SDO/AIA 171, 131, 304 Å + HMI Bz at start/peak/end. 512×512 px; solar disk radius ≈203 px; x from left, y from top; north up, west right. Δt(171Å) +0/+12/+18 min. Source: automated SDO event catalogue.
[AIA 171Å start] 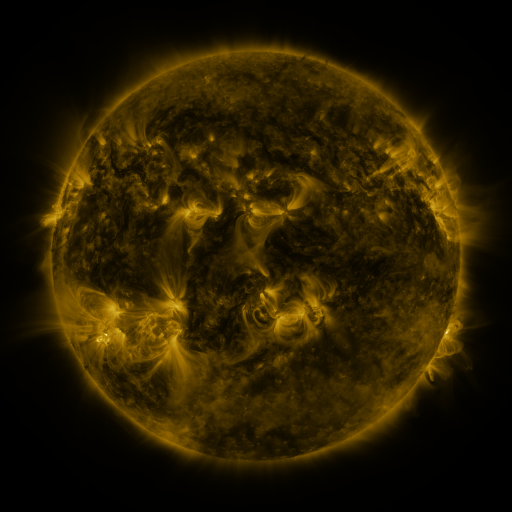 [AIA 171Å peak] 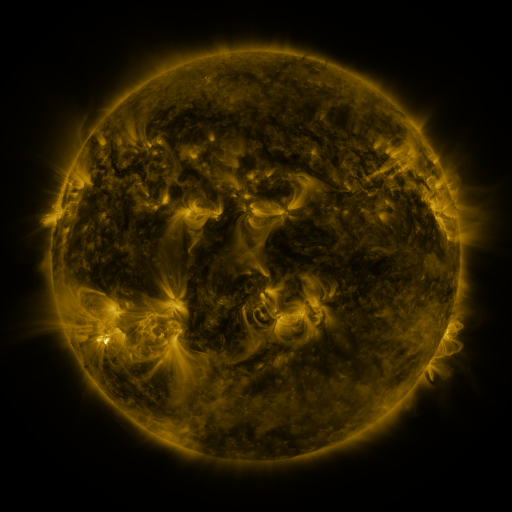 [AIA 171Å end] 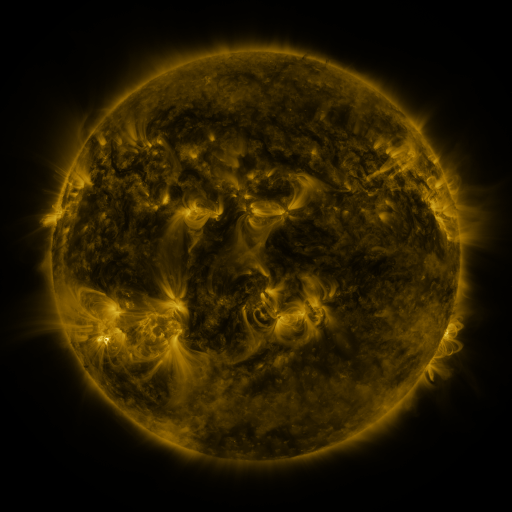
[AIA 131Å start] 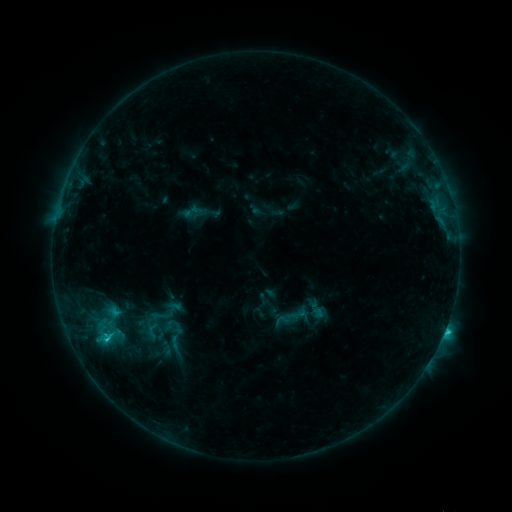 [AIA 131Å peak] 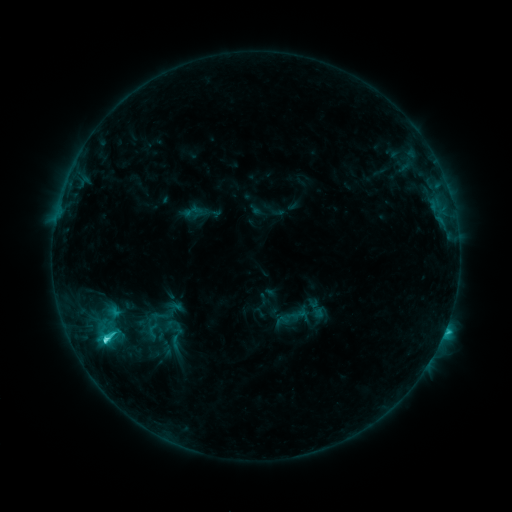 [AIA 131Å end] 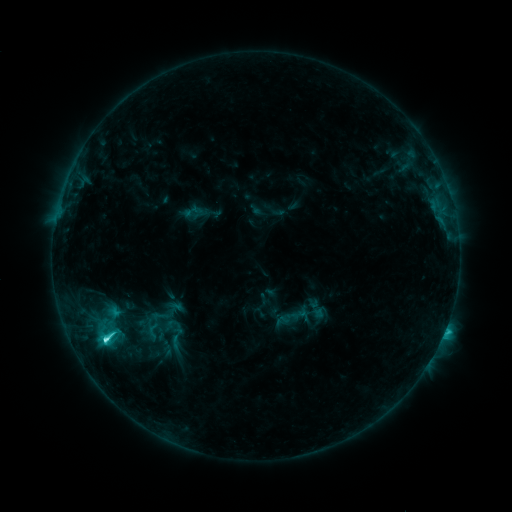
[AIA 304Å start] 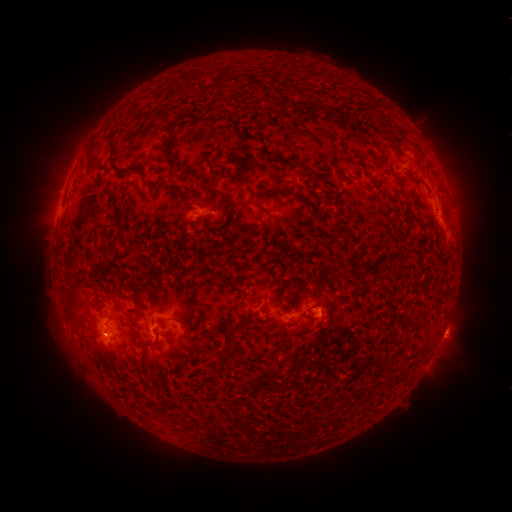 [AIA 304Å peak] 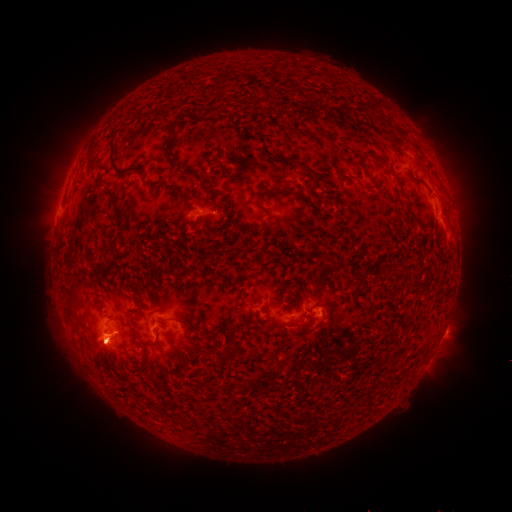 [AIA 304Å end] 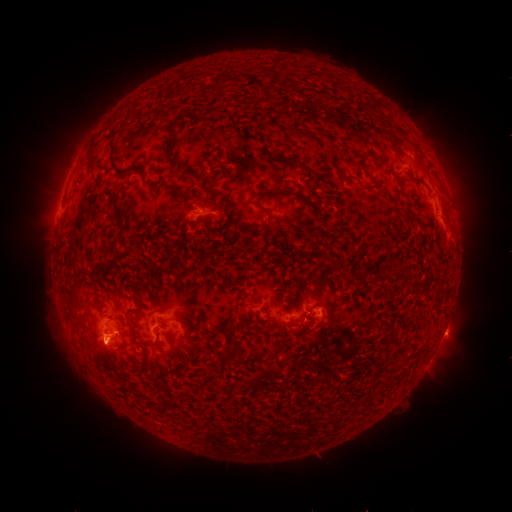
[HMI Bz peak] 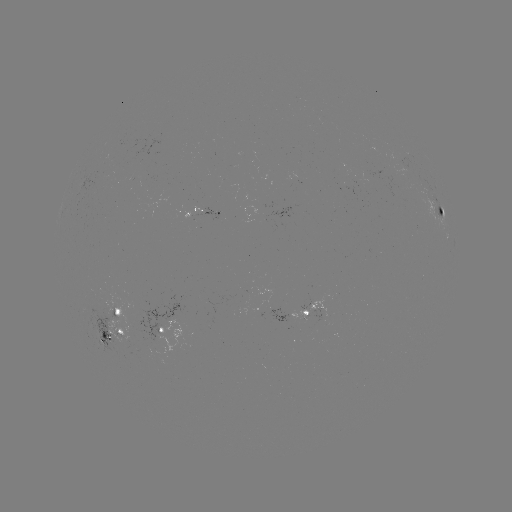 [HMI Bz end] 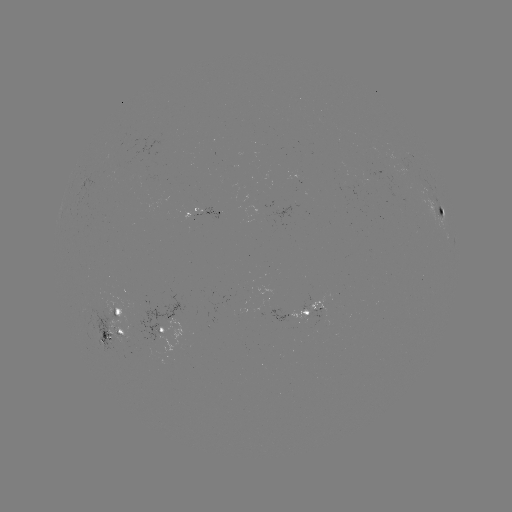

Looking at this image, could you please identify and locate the eruption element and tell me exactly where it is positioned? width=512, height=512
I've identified eruption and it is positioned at [100, 350].